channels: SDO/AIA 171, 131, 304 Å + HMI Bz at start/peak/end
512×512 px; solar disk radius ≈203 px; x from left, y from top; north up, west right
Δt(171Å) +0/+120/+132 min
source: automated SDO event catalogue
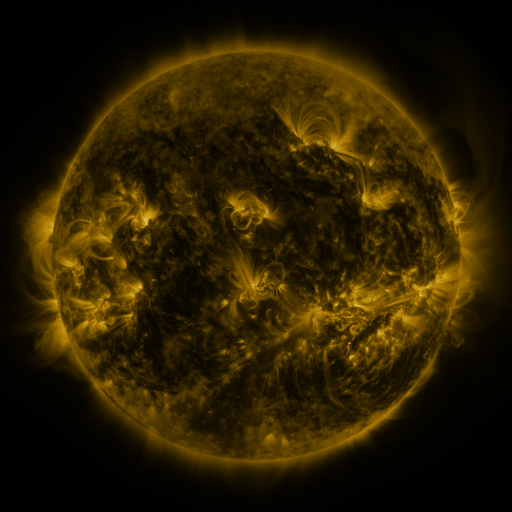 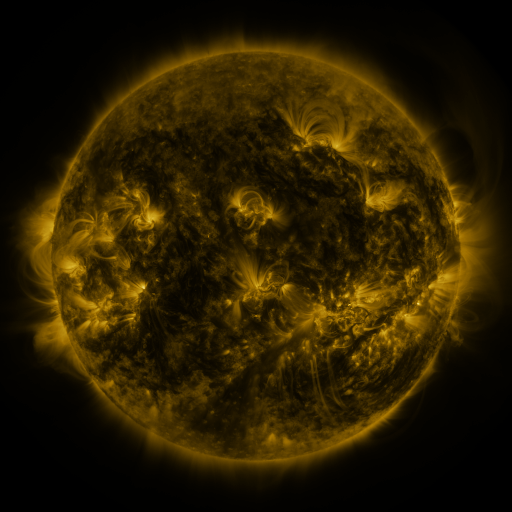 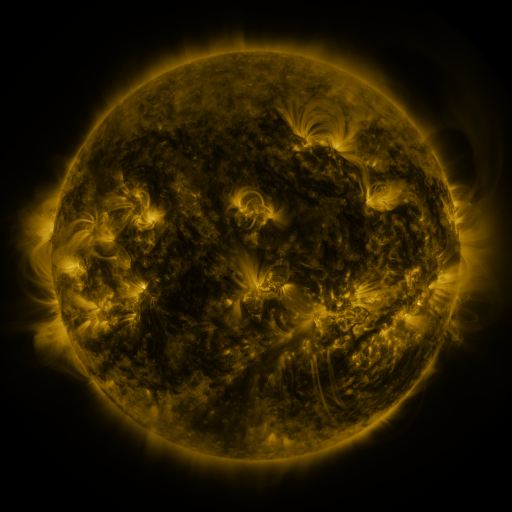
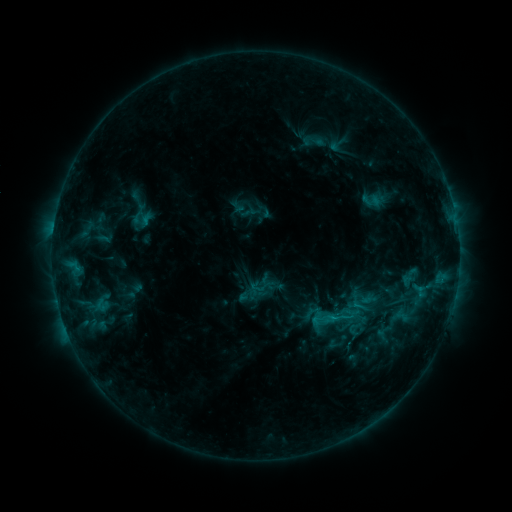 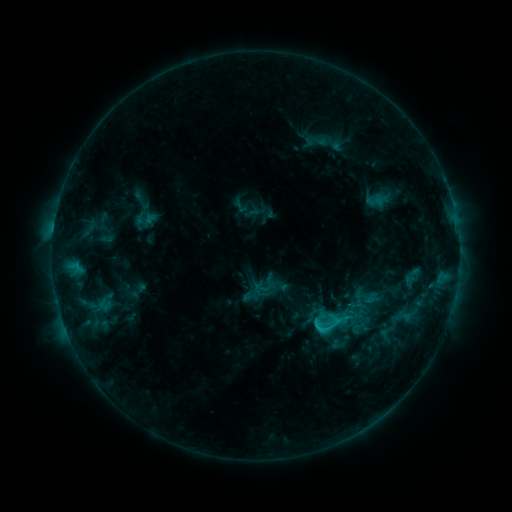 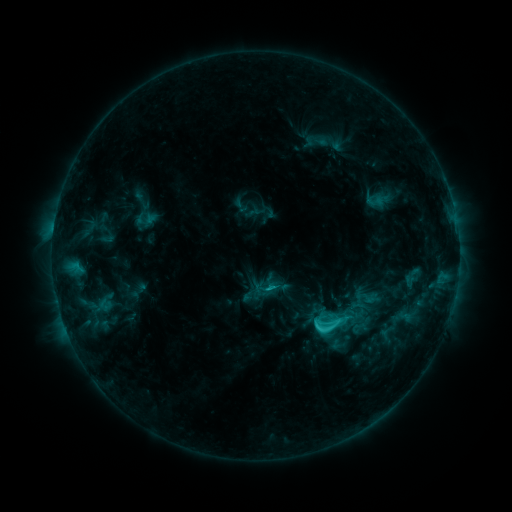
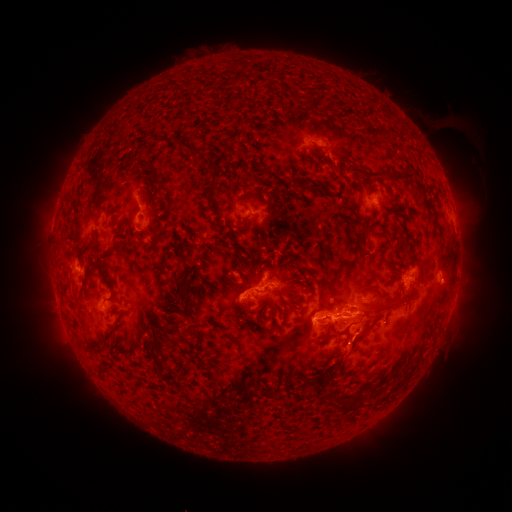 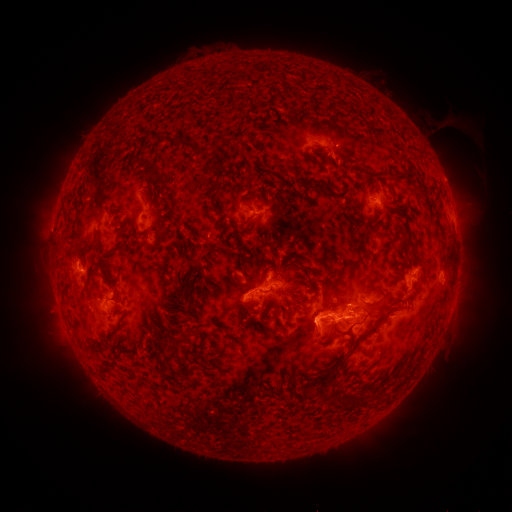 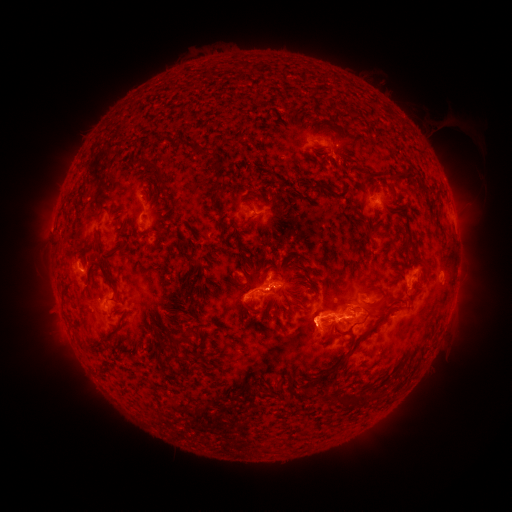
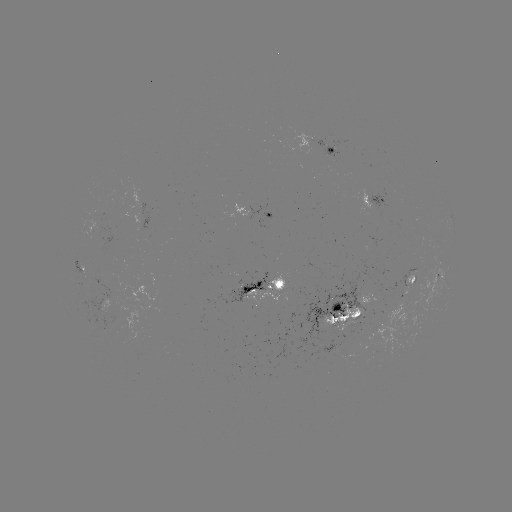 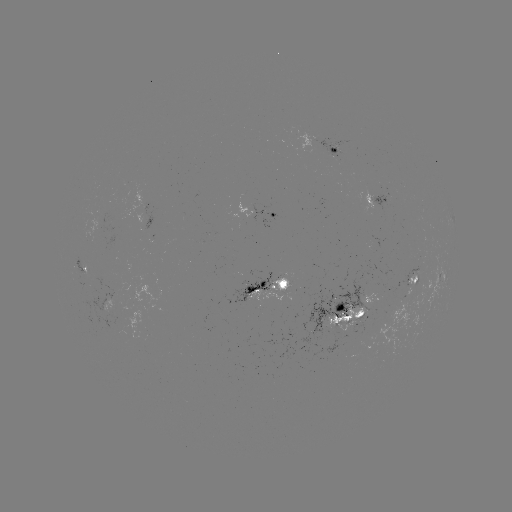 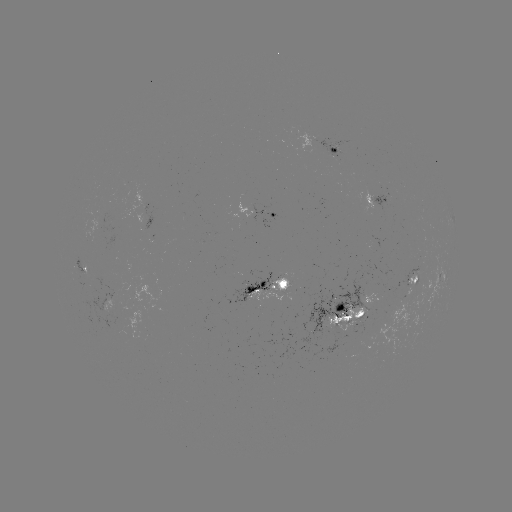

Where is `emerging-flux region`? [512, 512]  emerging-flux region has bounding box [321, 305, 367, 332].